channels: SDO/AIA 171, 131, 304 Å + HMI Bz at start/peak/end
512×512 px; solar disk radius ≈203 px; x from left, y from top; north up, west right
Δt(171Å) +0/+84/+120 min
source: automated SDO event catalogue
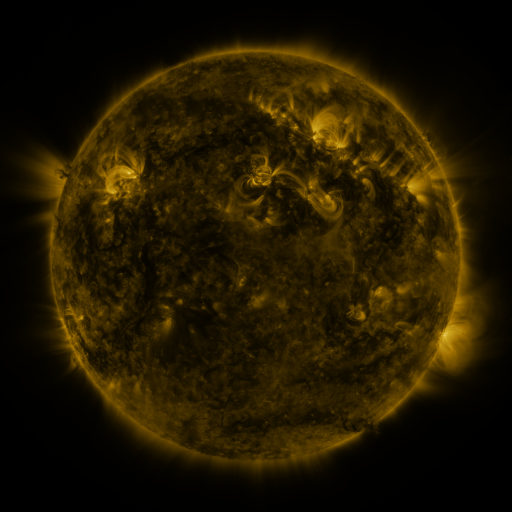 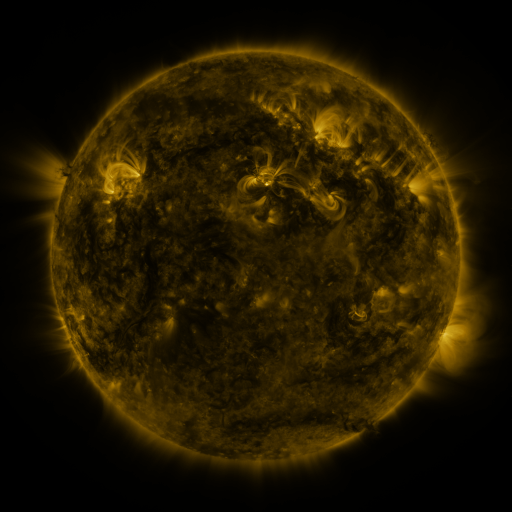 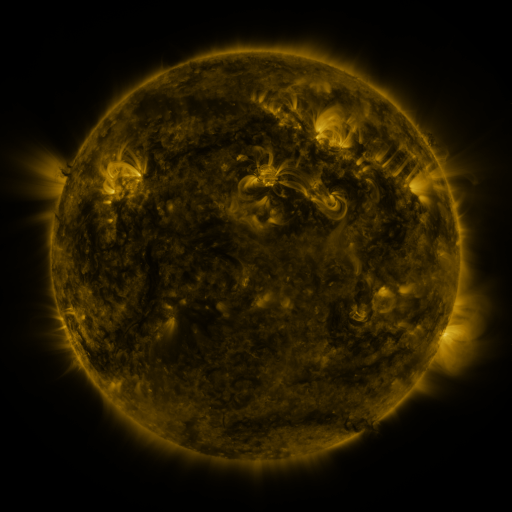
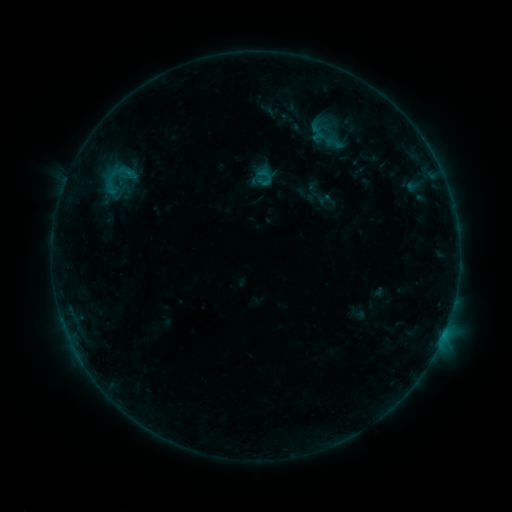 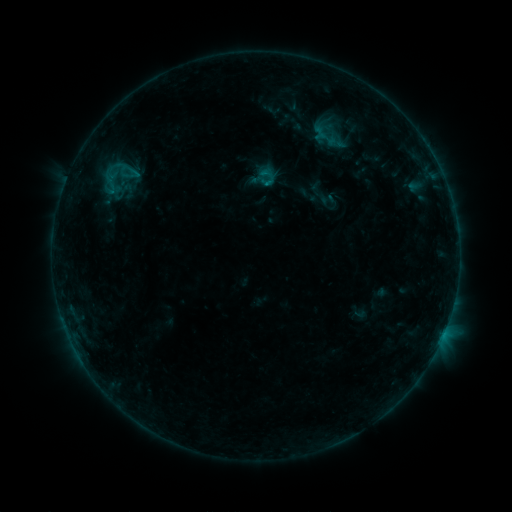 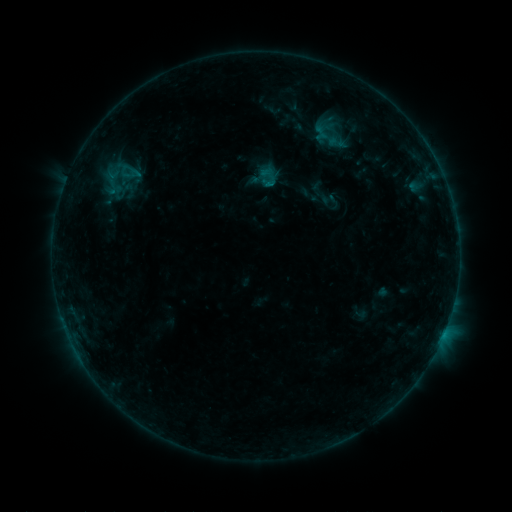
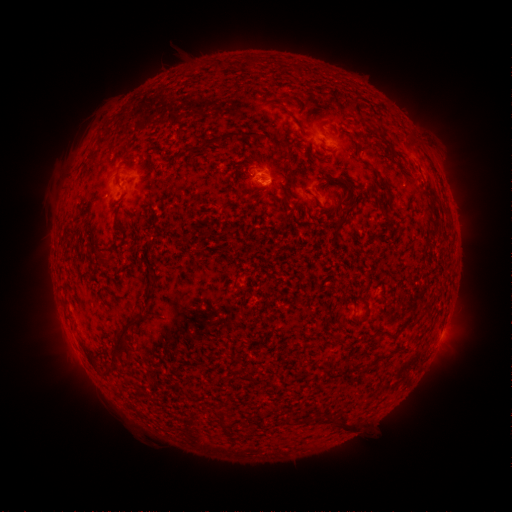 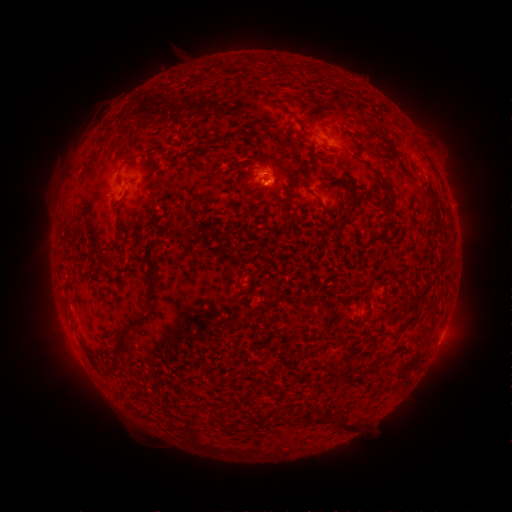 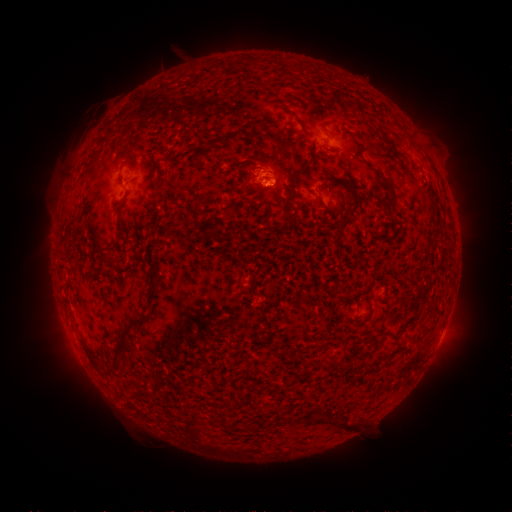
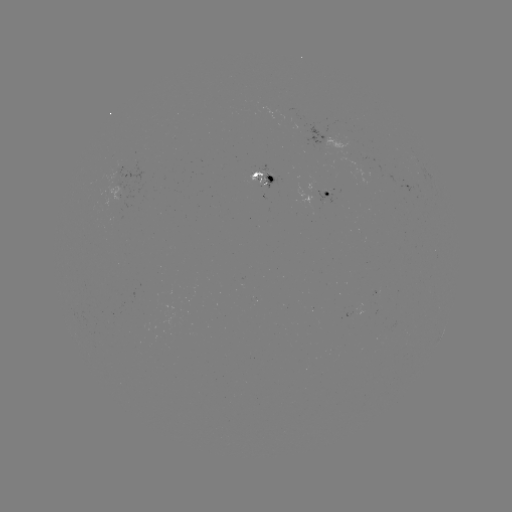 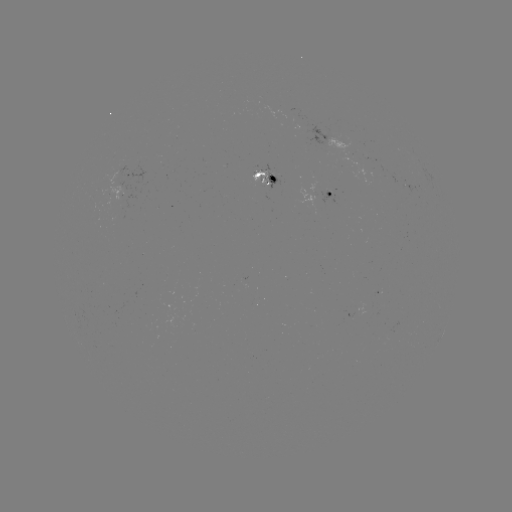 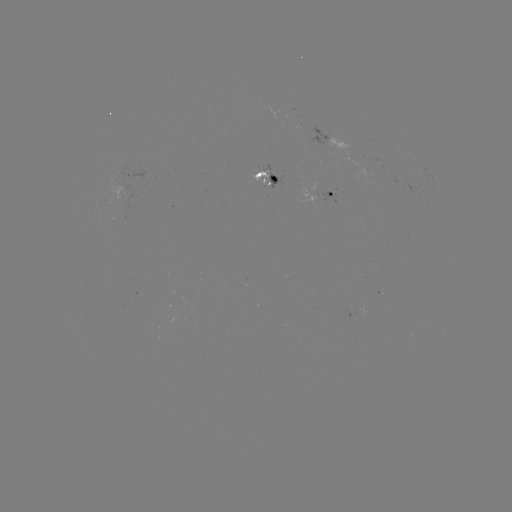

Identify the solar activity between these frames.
emerging-flux region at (311, 195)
